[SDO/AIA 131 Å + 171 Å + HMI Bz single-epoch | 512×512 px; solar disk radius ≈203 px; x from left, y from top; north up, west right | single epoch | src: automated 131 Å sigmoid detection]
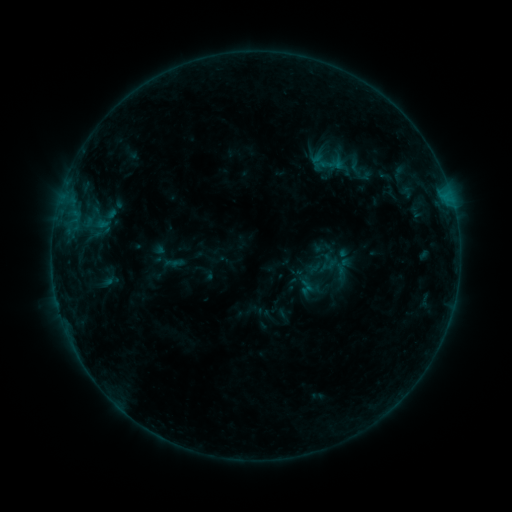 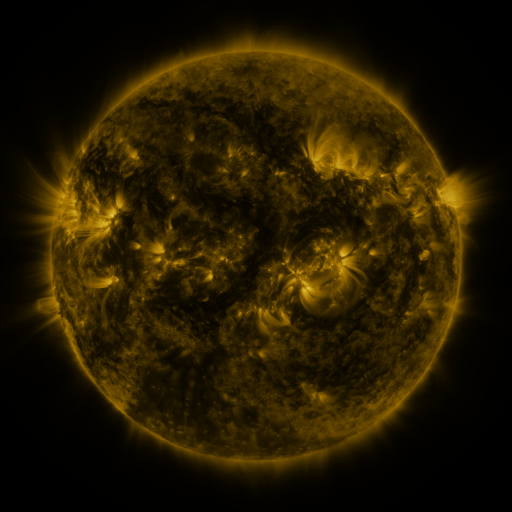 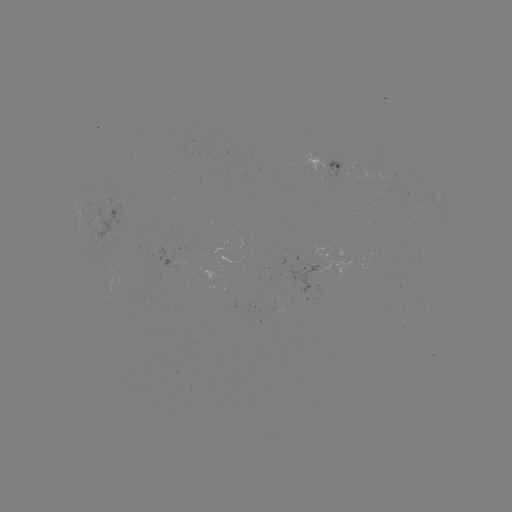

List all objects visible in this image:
sigmoid: (355, 167)
sigmoid: (306, 287)
